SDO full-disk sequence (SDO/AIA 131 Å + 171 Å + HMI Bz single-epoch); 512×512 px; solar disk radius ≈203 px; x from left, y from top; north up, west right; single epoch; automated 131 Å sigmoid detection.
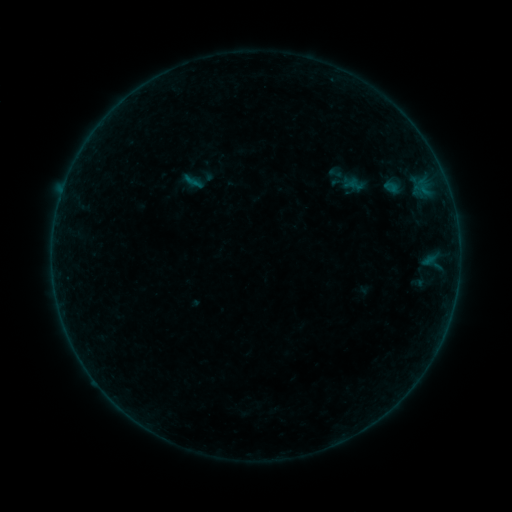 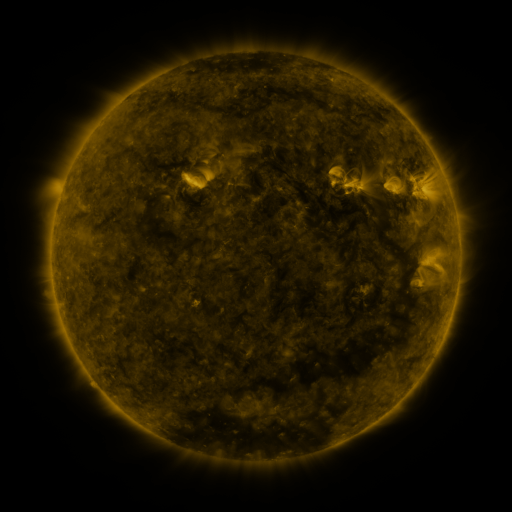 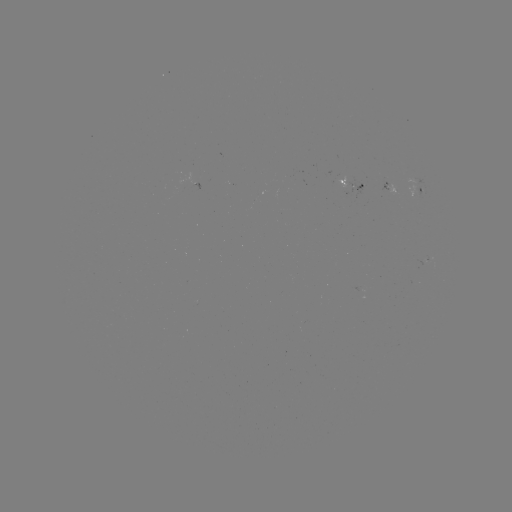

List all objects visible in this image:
sigmoid: (193, 181)
